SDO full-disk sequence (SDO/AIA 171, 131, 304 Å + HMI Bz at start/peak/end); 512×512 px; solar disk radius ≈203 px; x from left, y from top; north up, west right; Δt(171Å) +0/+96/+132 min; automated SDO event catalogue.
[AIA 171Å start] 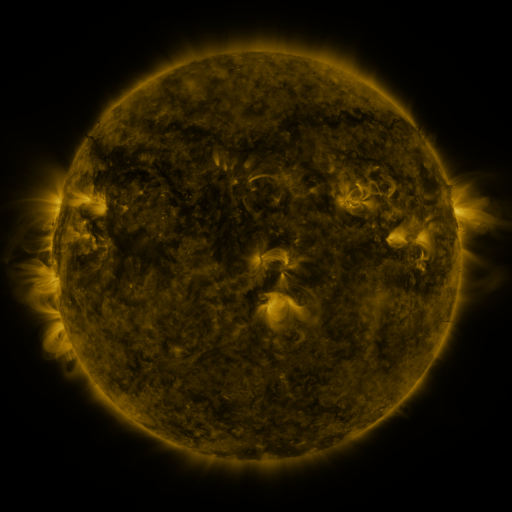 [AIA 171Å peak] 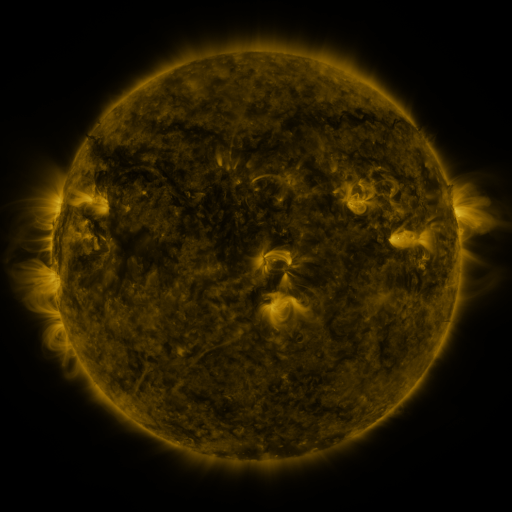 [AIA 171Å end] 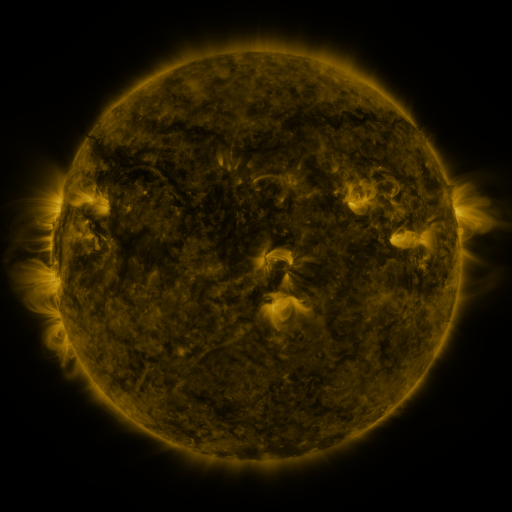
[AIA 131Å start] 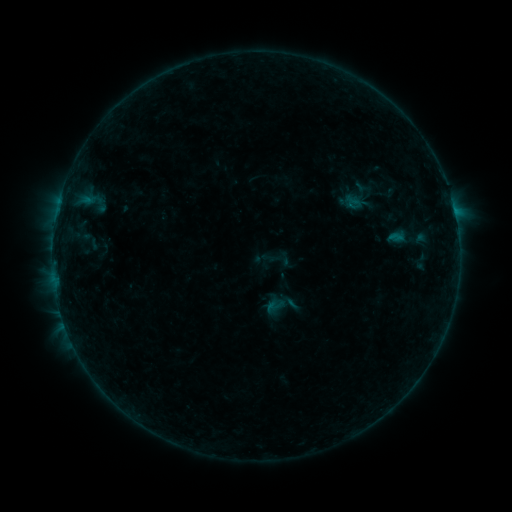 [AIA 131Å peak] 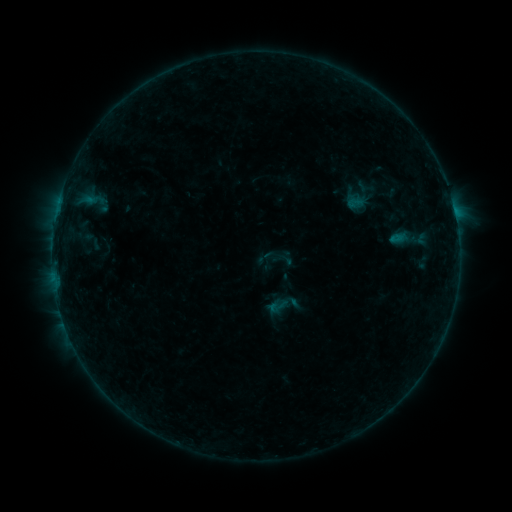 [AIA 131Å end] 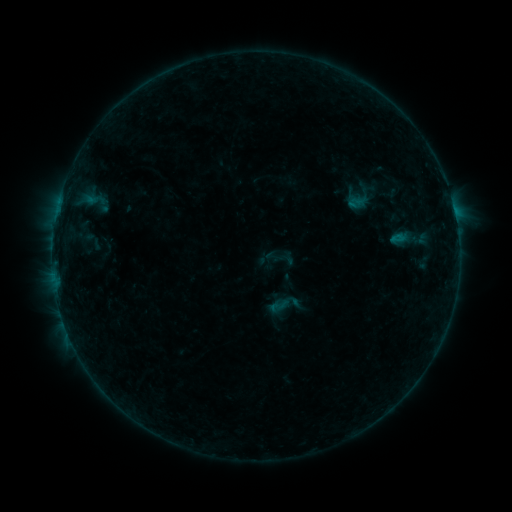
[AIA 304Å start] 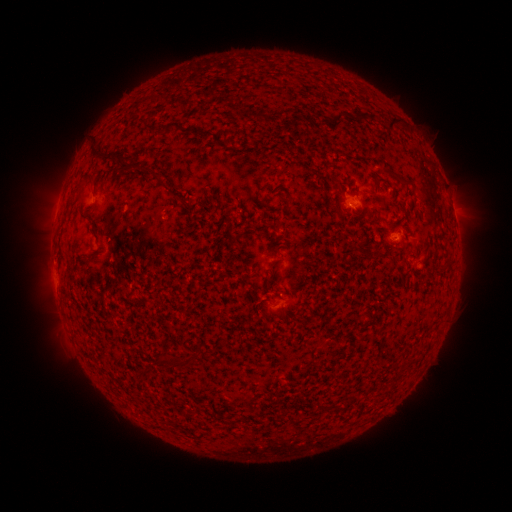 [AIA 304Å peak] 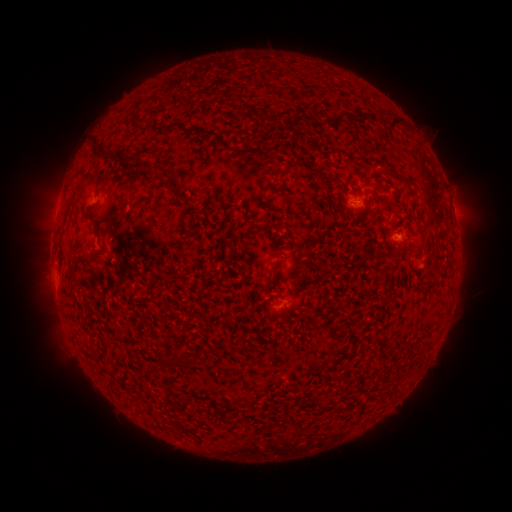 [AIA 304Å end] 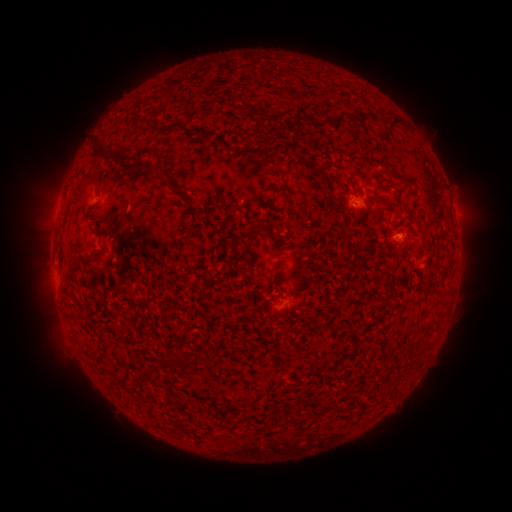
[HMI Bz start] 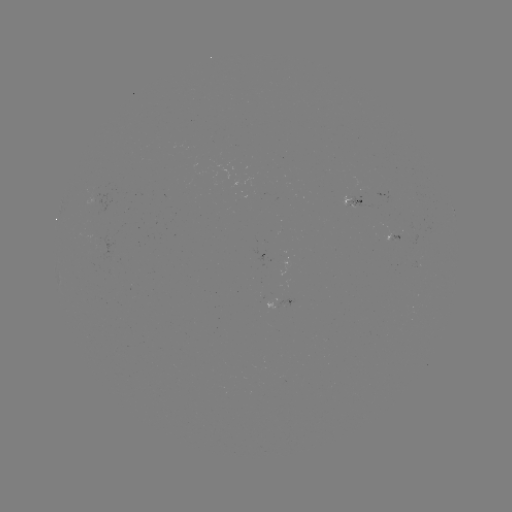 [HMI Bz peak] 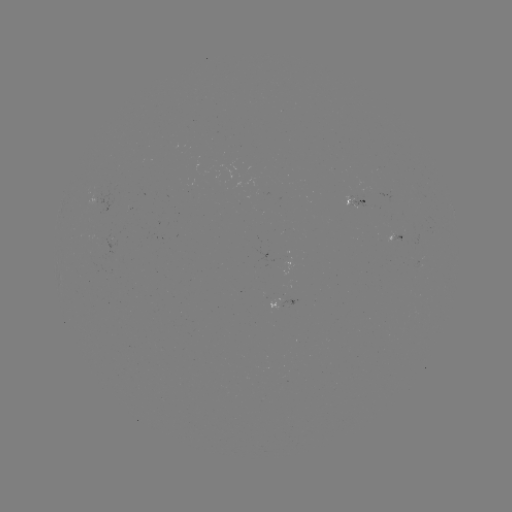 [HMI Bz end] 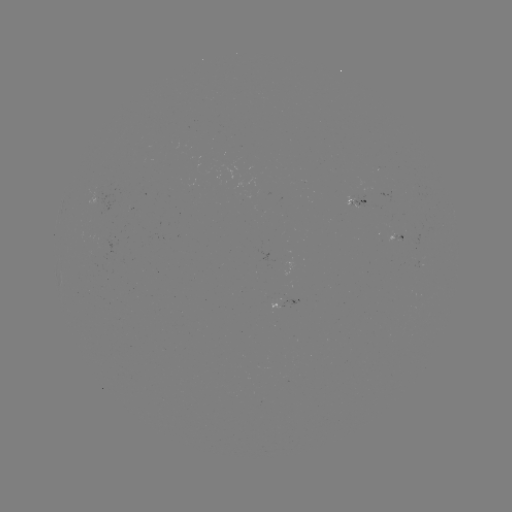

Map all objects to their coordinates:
emerging-flux region: (401, 235)
